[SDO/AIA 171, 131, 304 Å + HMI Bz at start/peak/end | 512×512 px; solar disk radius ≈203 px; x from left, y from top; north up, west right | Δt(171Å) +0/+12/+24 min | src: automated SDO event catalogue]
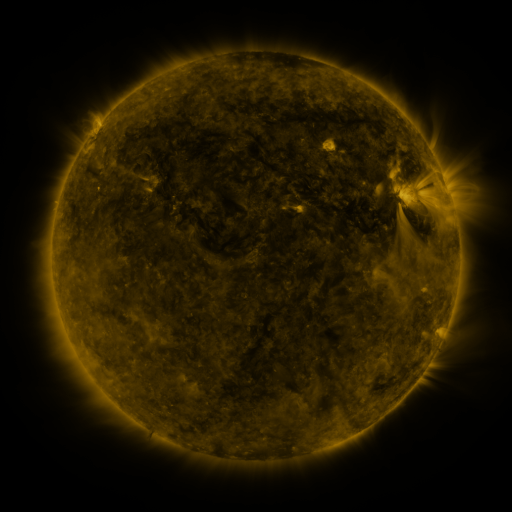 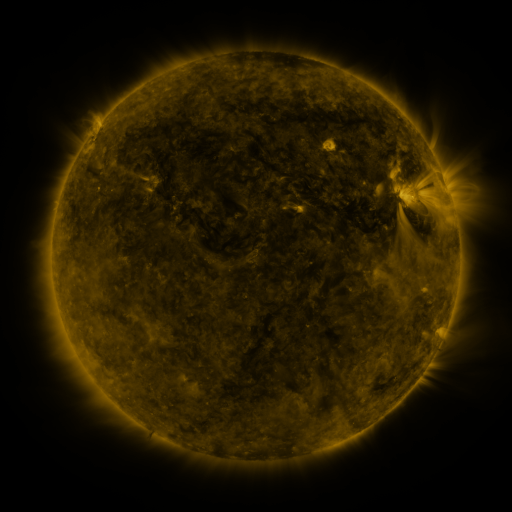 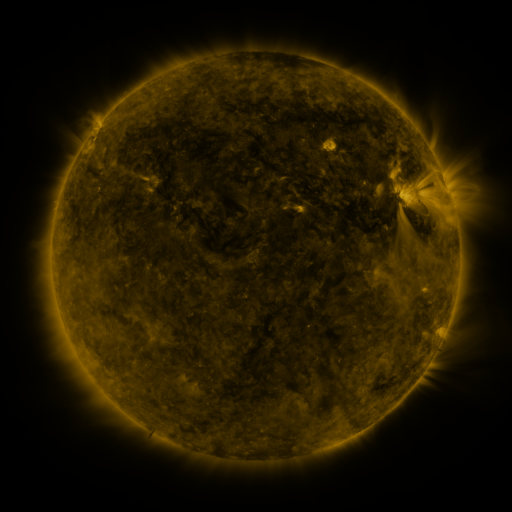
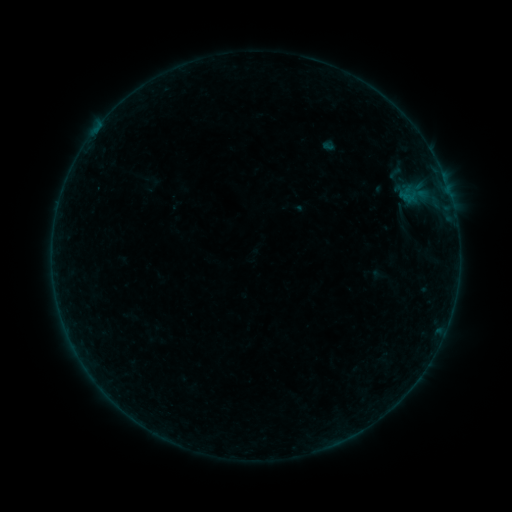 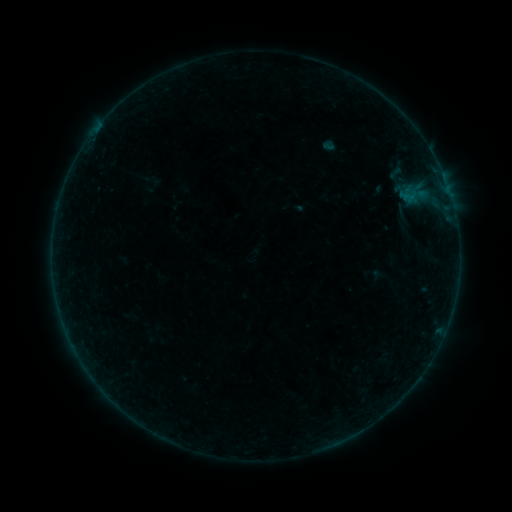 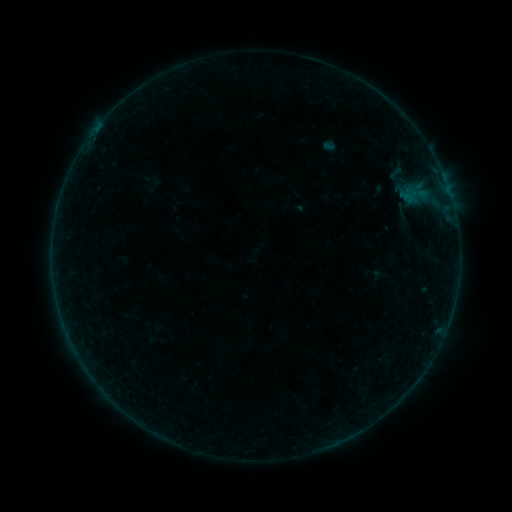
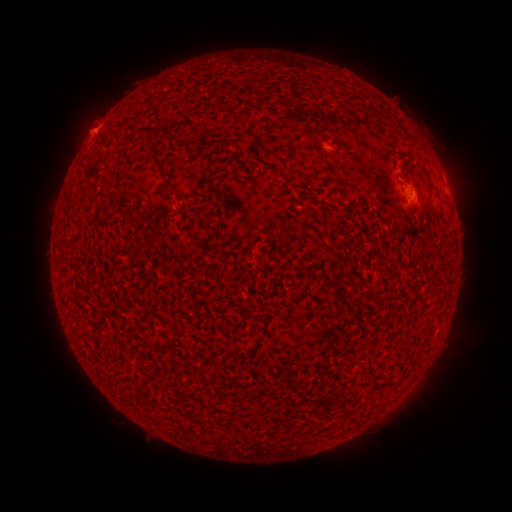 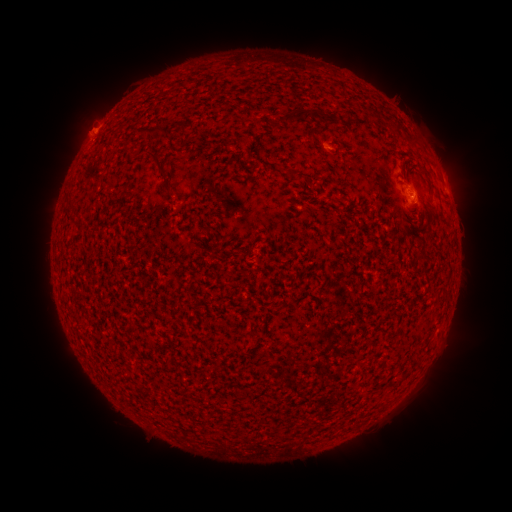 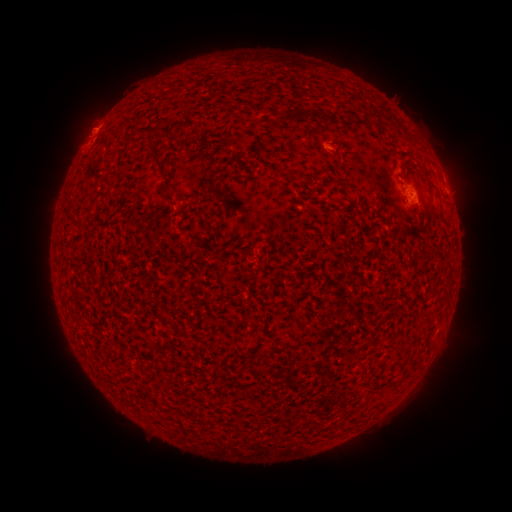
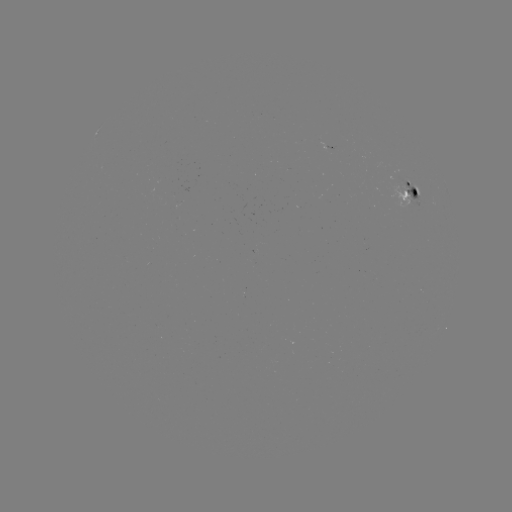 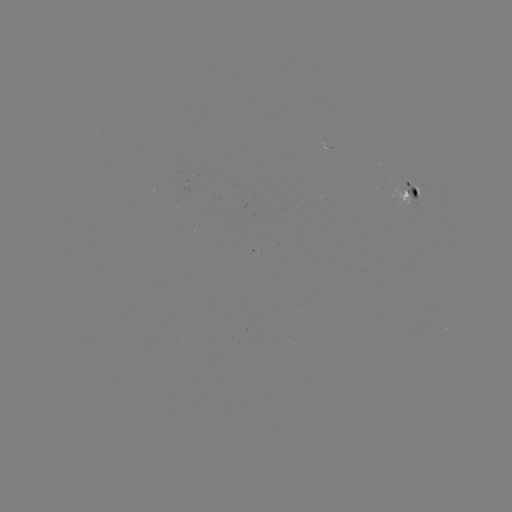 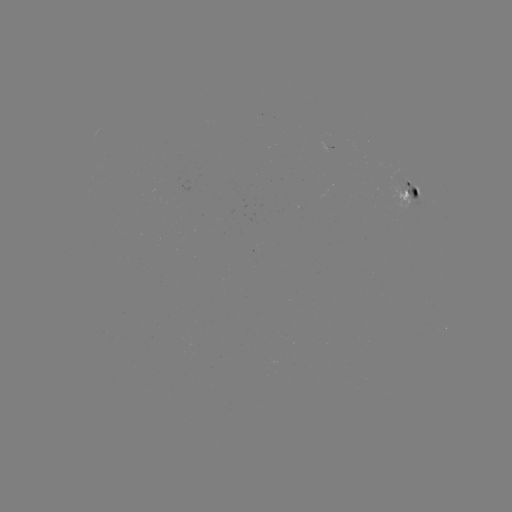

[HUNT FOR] eruption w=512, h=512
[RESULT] [79, 130]